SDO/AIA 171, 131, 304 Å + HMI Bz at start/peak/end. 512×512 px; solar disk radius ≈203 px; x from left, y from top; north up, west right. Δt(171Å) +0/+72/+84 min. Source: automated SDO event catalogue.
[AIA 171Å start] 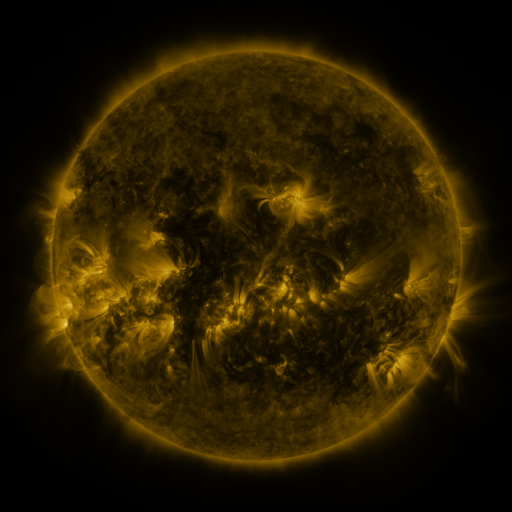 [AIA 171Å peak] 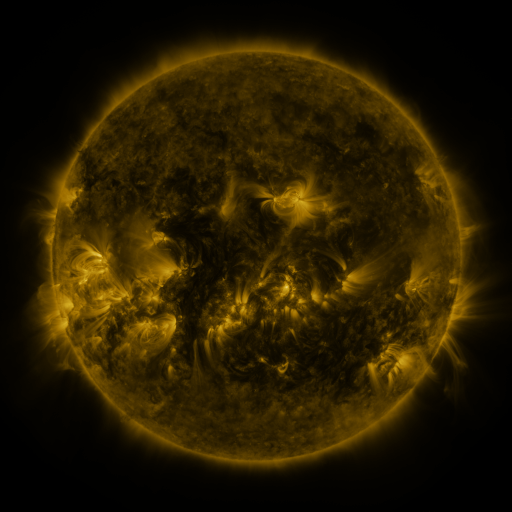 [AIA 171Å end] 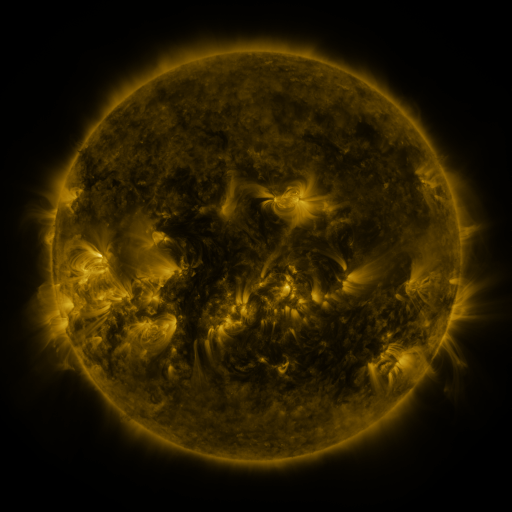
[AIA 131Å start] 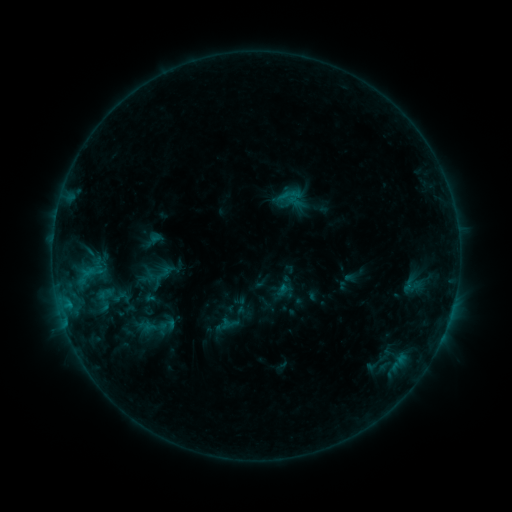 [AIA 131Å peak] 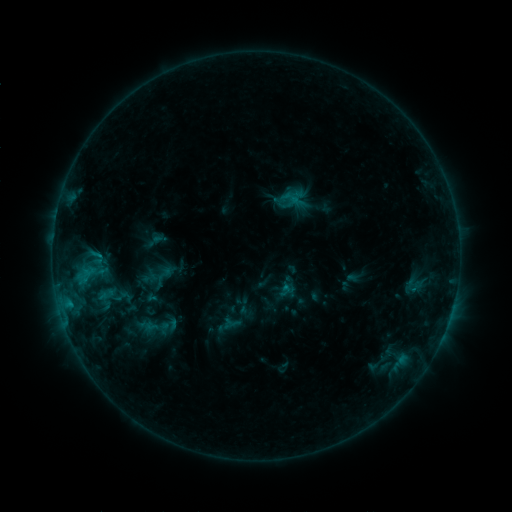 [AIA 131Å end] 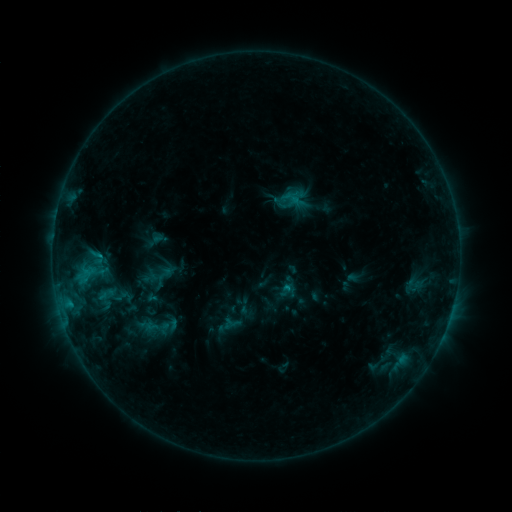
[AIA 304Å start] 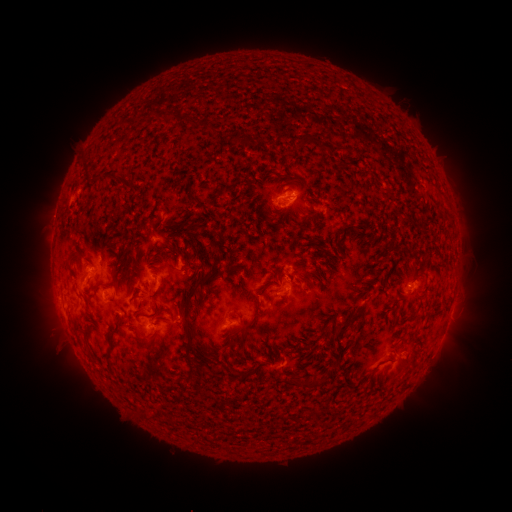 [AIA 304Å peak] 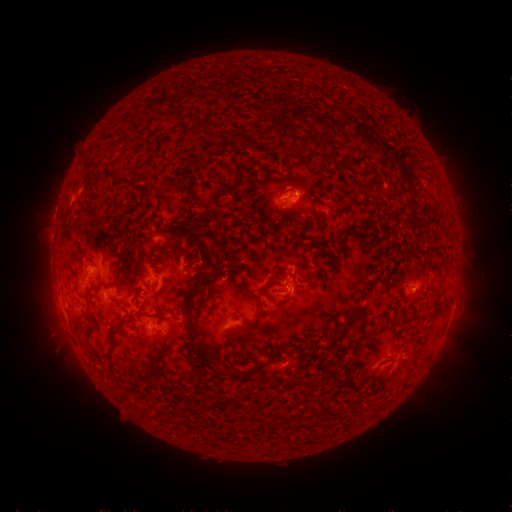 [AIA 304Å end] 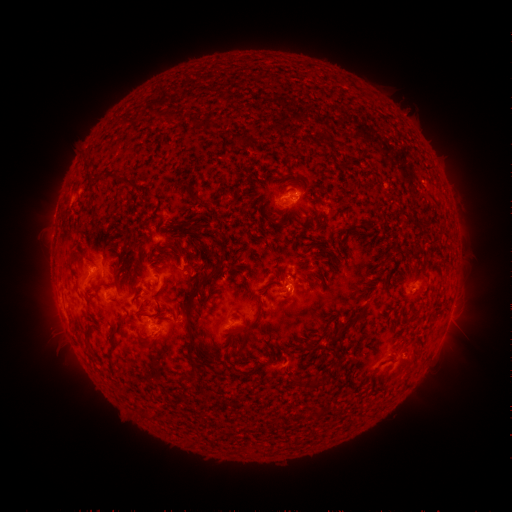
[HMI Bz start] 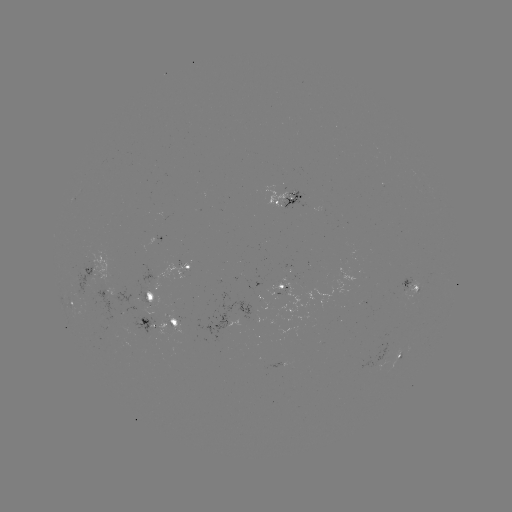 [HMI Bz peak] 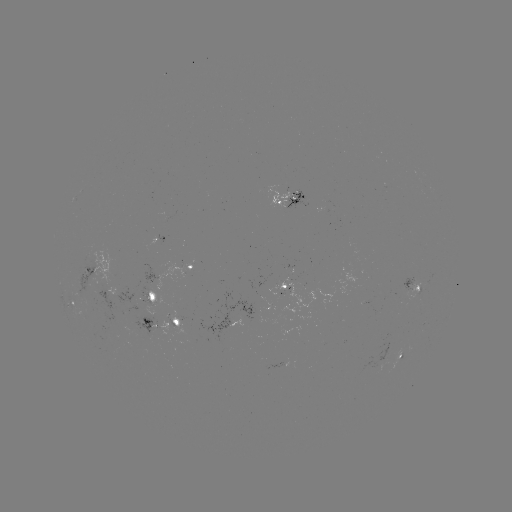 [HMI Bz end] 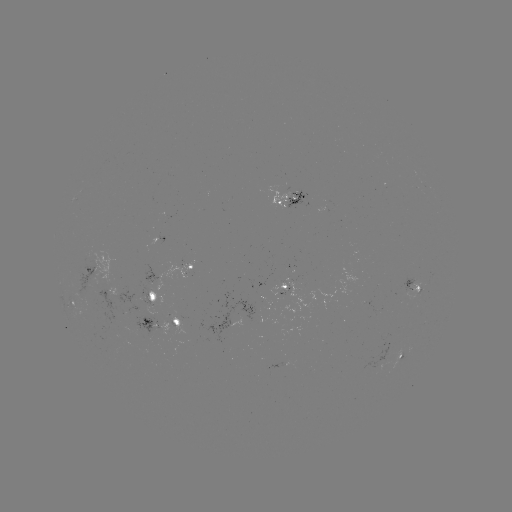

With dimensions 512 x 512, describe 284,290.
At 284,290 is emerging-flux region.